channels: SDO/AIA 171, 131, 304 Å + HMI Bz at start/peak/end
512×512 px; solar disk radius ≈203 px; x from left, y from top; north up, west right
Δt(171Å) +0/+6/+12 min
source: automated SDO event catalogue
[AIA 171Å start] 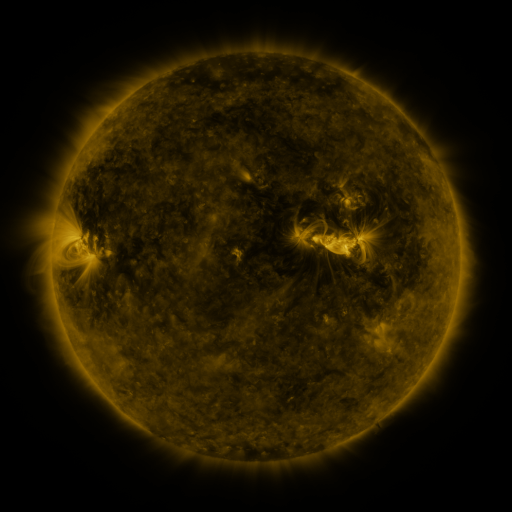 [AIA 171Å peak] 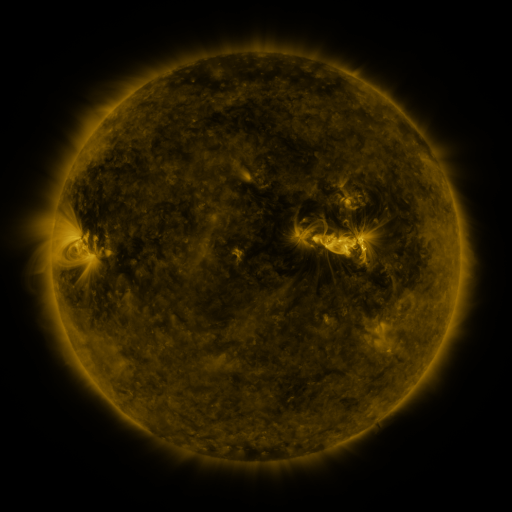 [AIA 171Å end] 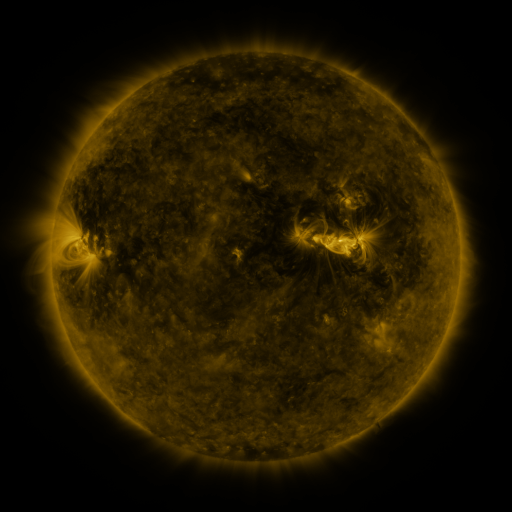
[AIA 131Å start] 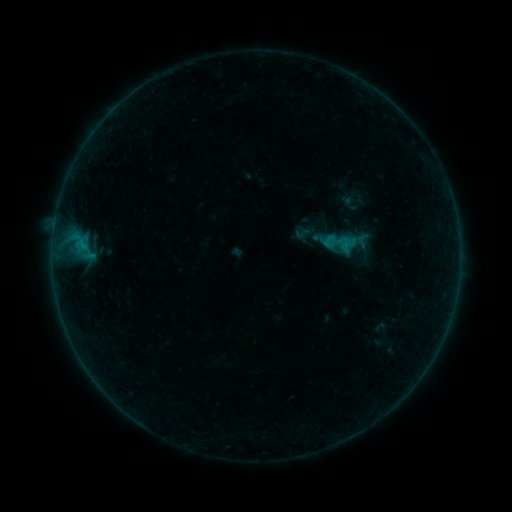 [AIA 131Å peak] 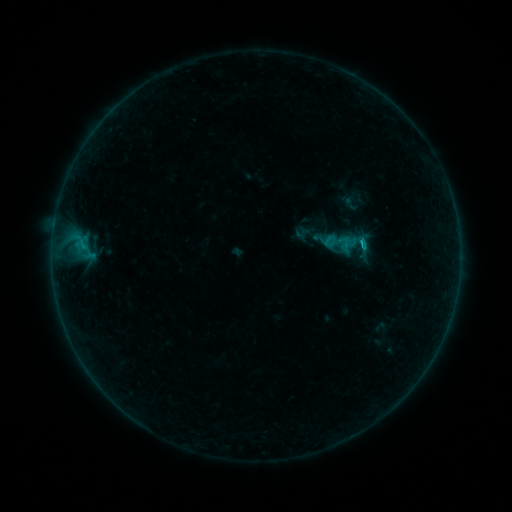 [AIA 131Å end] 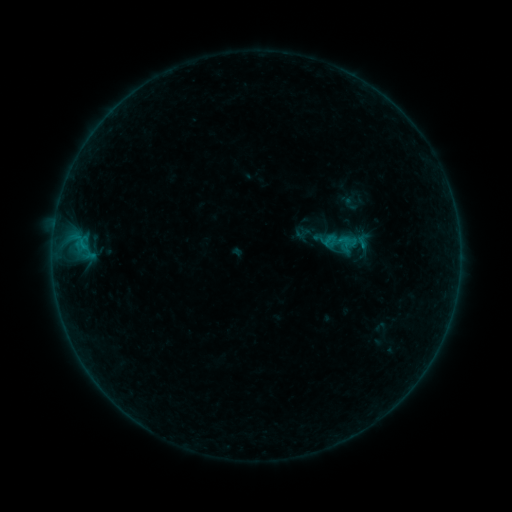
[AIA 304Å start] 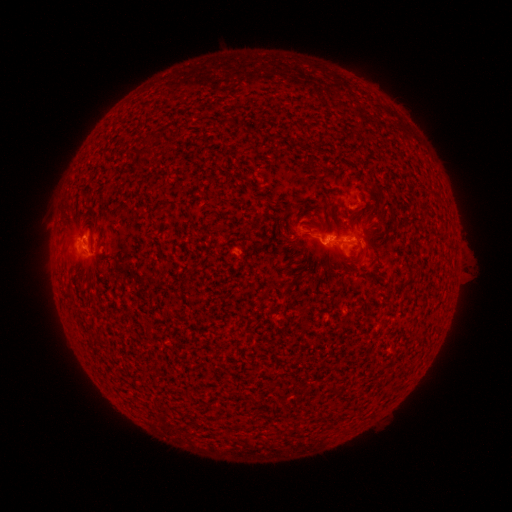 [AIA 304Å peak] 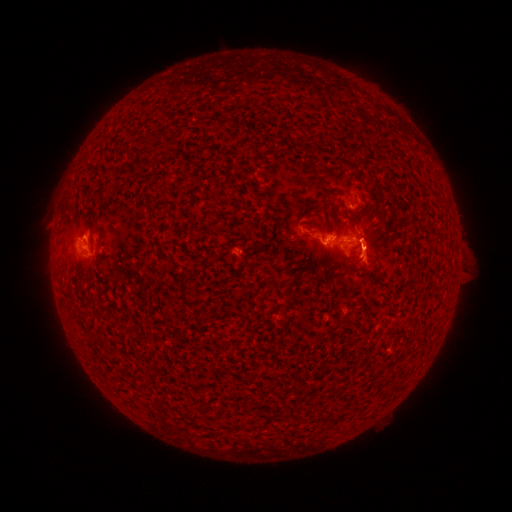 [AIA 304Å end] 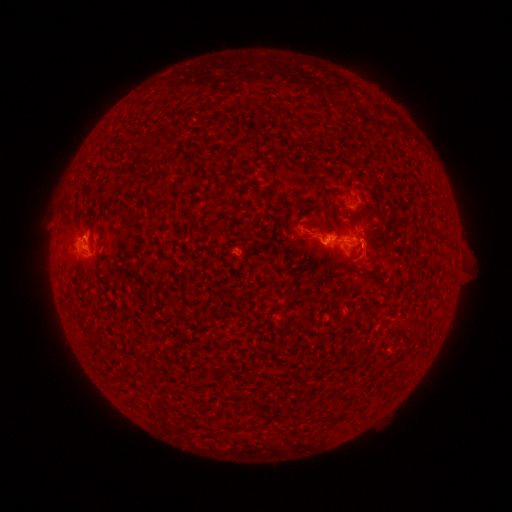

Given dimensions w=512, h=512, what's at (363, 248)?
B5.5 flare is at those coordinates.